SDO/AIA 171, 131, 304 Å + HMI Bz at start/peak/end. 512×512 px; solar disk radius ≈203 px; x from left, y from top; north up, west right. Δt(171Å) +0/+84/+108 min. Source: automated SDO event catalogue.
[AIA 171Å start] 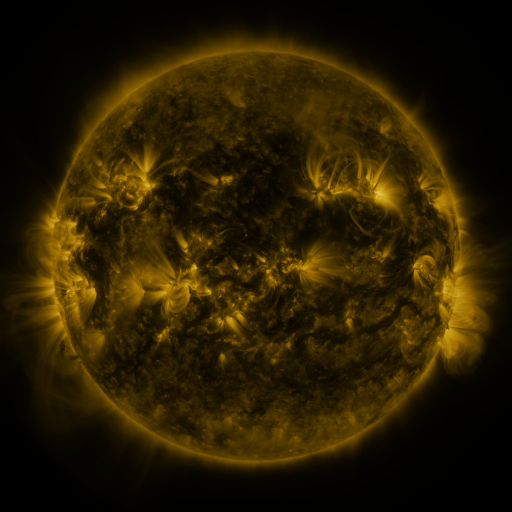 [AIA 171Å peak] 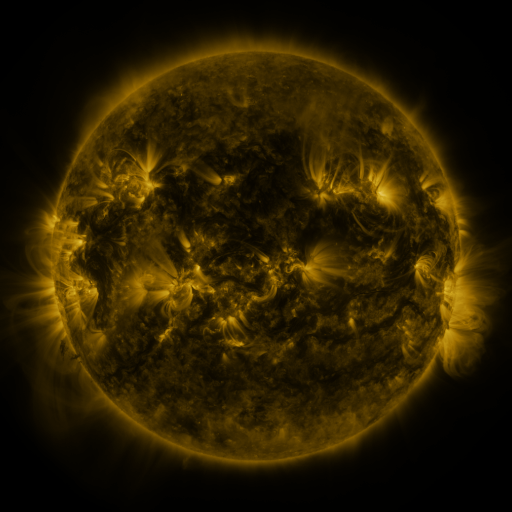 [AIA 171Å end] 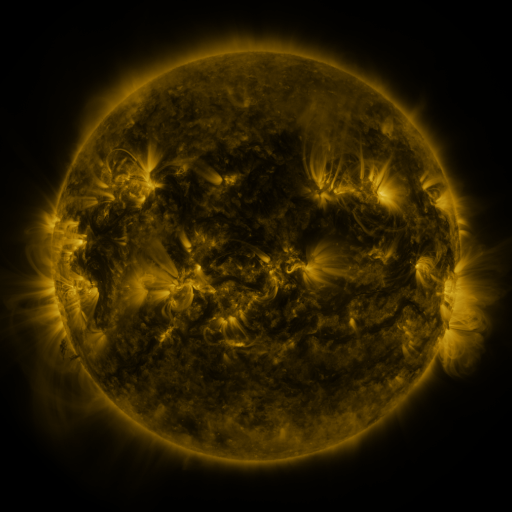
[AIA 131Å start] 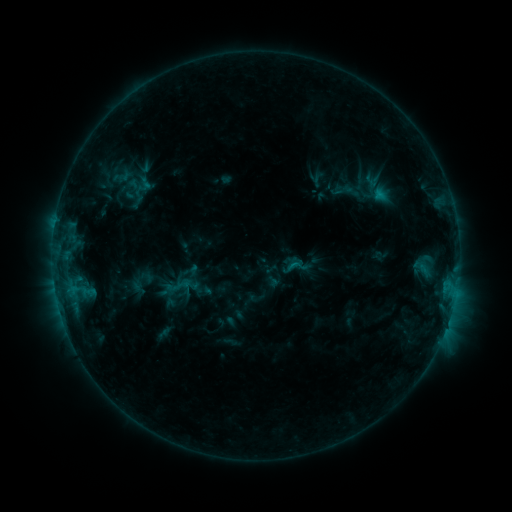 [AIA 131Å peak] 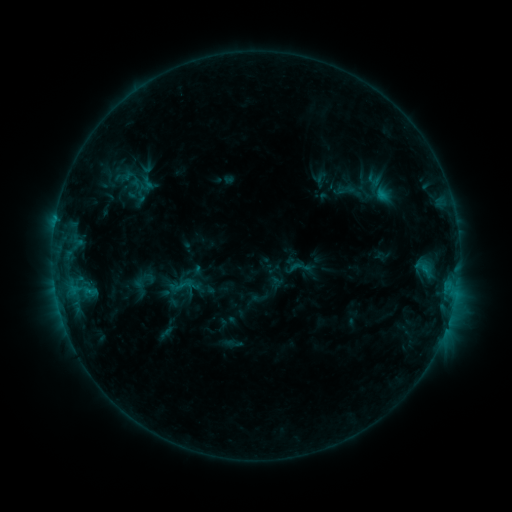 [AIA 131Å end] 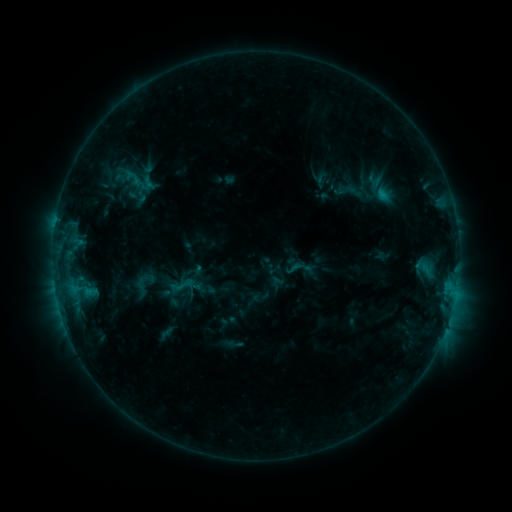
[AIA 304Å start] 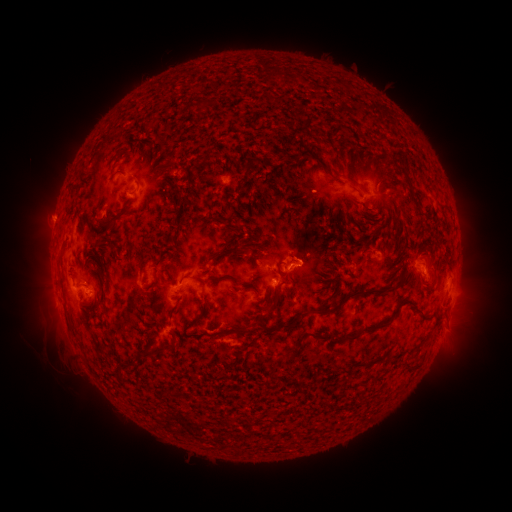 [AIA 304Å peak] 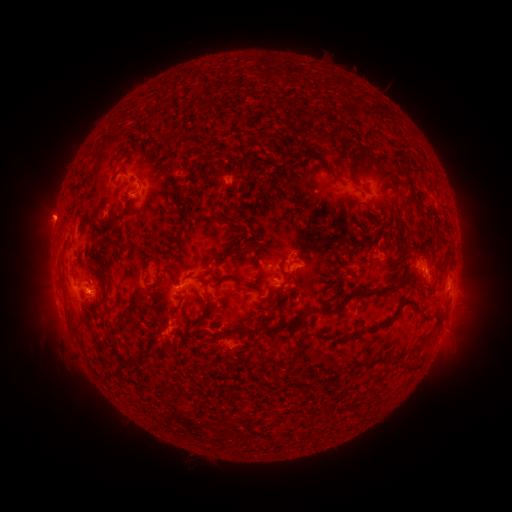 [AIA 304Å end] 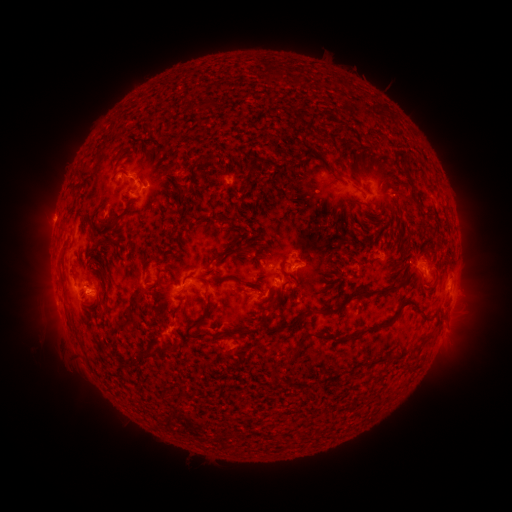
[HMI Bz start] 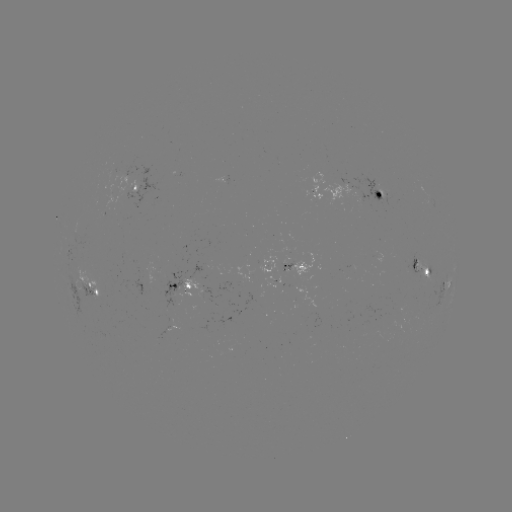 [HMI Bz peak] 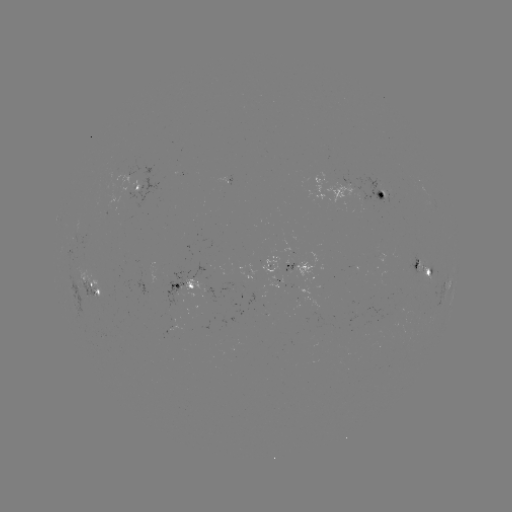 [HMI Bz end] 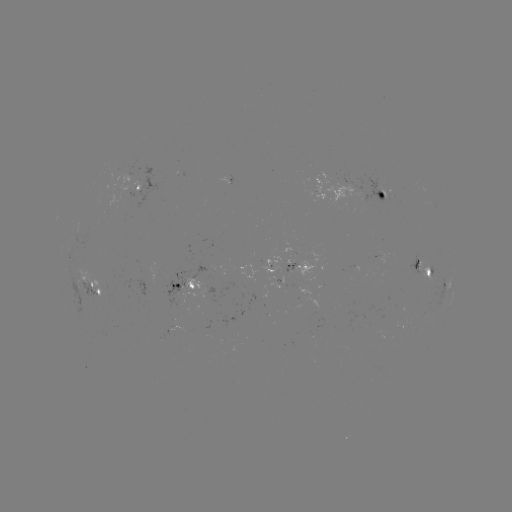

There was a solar emerging-flux region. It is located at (428, 266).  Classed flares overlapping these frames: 1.